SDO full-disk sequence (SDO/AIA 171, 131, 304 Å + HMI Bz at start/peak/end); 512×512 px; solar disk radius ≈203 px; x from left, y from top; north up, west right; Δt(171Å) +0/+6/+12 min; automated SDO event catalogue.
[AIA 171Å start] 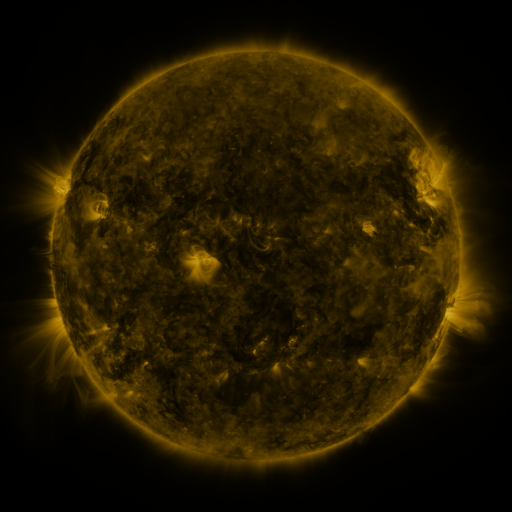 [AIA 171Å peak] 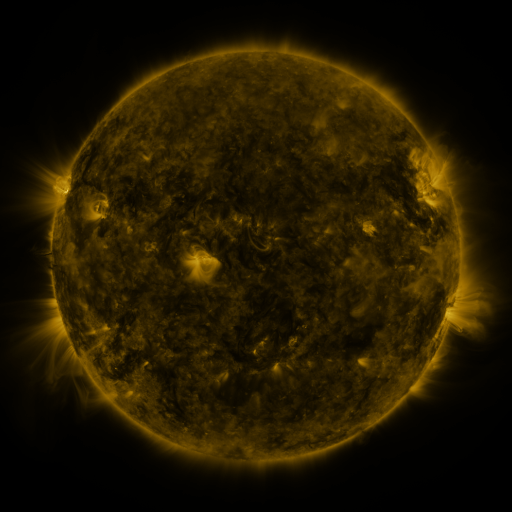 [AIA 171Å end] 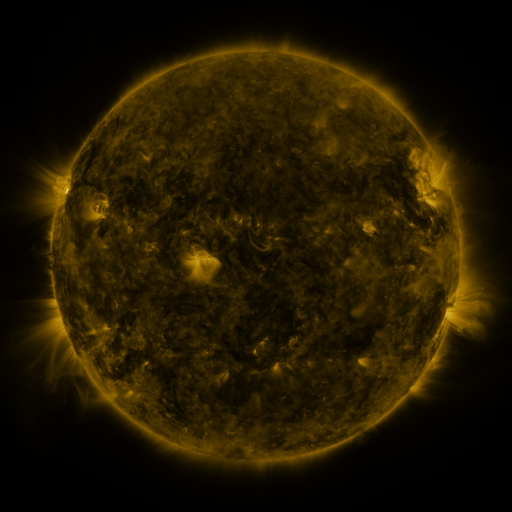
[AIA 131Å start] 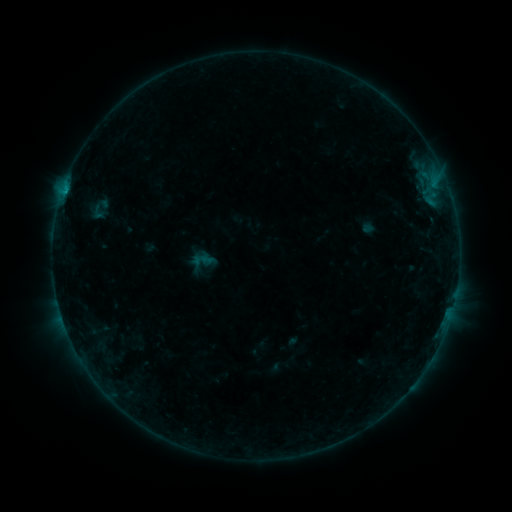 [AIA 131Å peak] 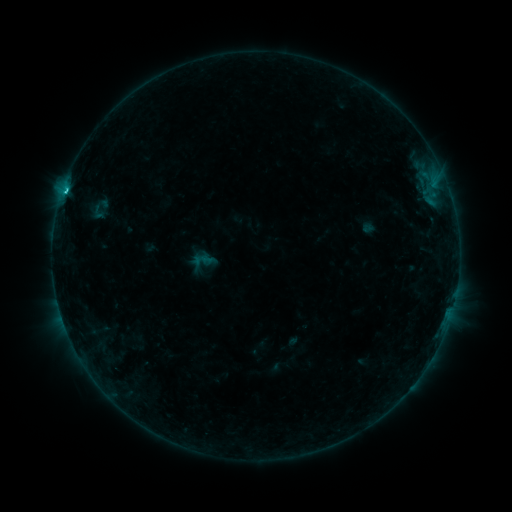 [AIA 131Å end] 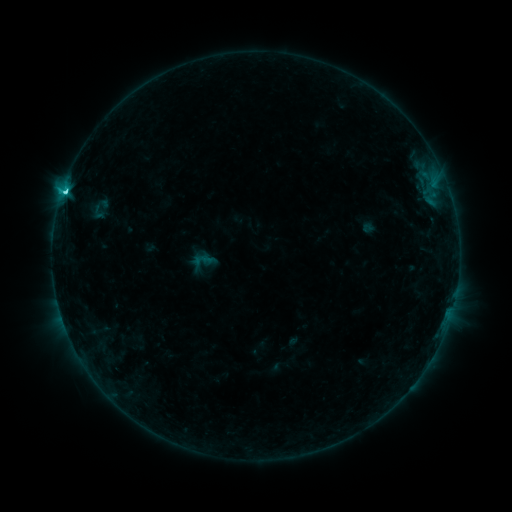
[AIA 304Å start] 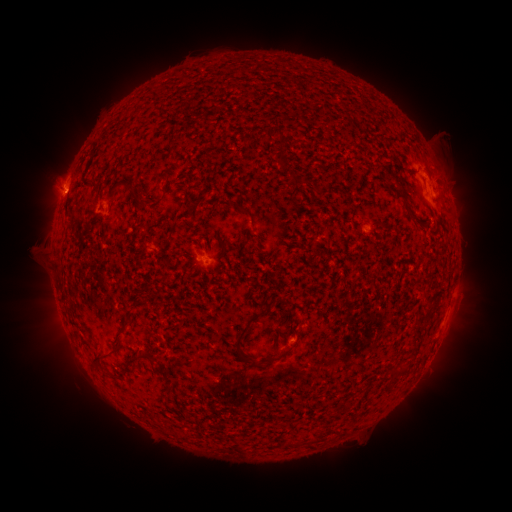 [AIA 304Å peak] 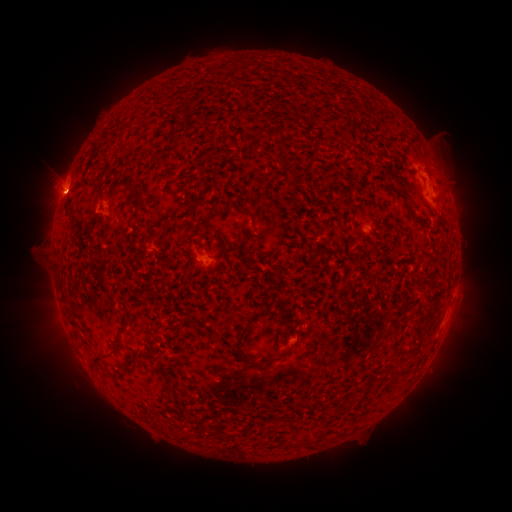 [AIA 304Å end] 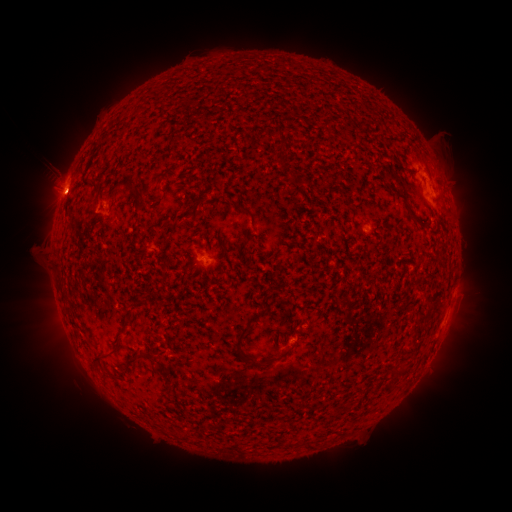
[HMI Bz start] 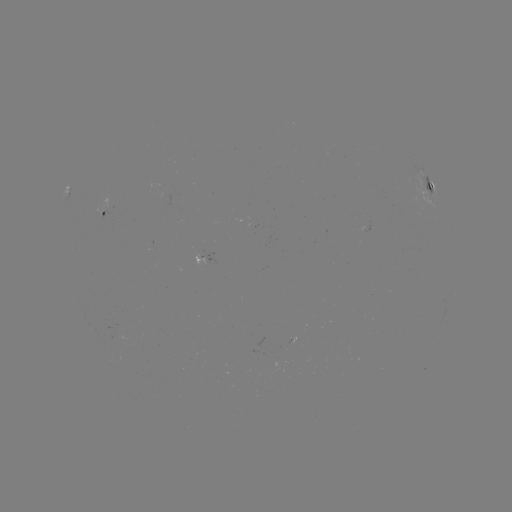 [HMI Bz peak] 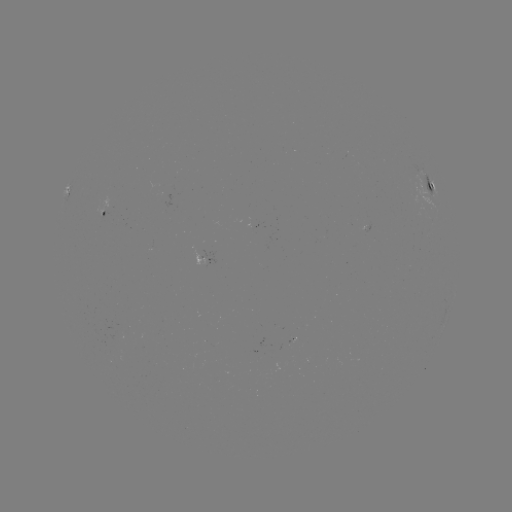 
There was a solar flare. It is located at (67, 194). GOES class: C7.3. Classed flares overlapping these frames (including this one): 1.